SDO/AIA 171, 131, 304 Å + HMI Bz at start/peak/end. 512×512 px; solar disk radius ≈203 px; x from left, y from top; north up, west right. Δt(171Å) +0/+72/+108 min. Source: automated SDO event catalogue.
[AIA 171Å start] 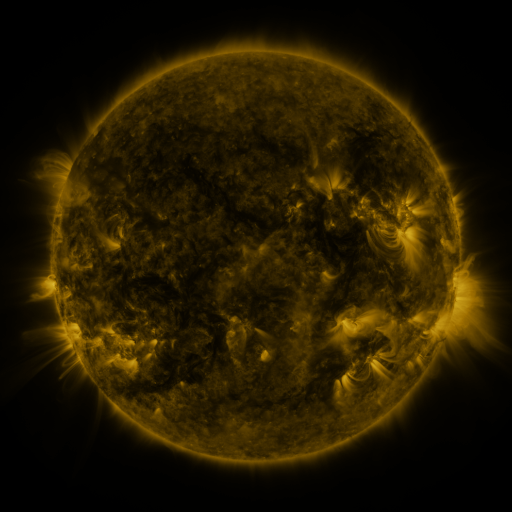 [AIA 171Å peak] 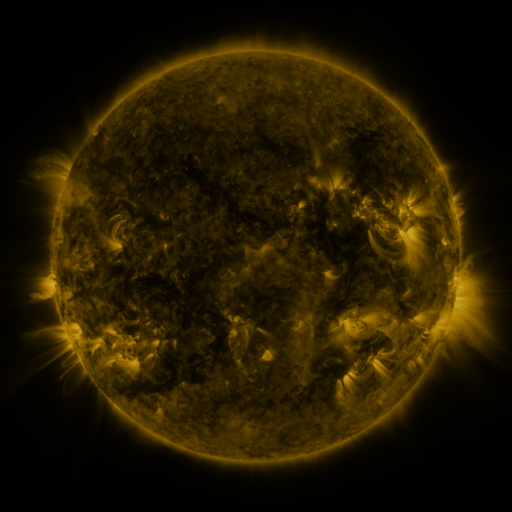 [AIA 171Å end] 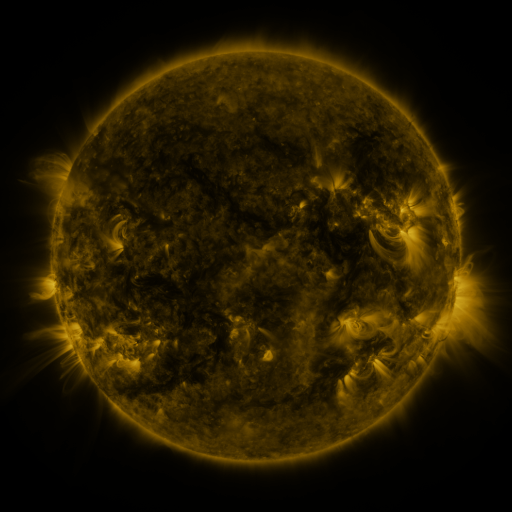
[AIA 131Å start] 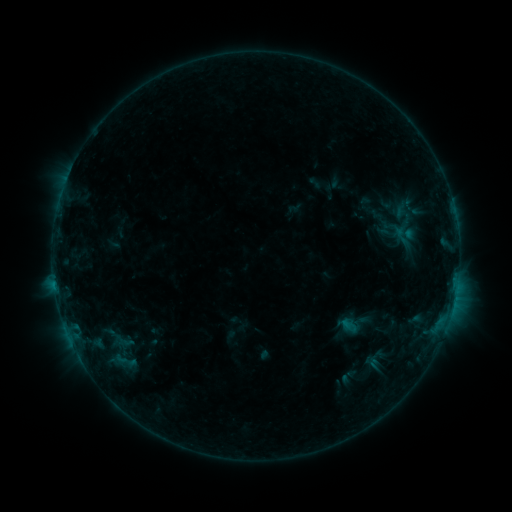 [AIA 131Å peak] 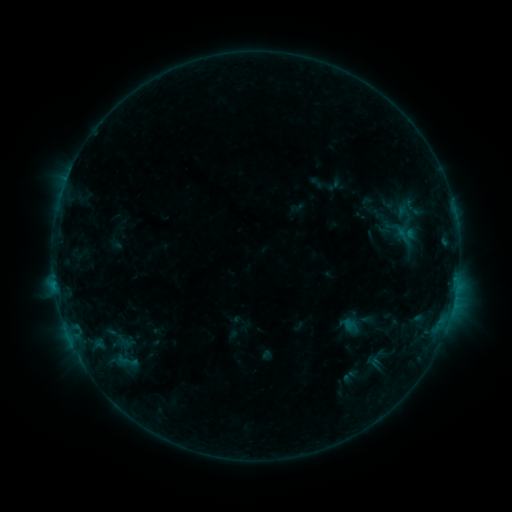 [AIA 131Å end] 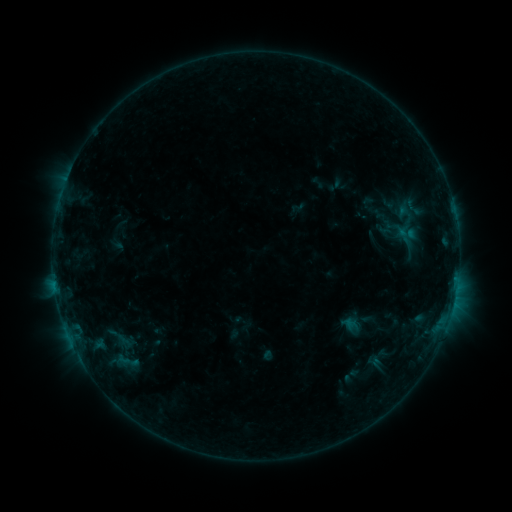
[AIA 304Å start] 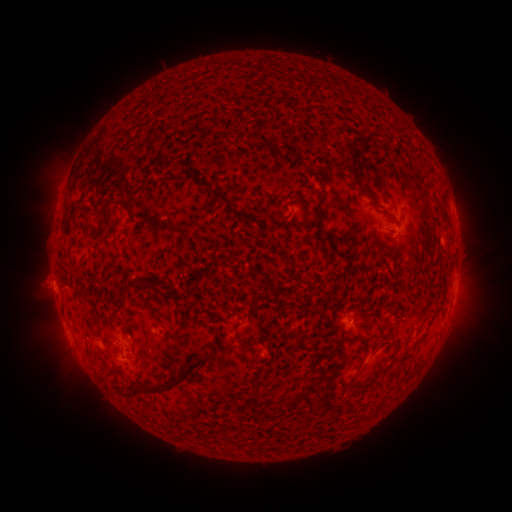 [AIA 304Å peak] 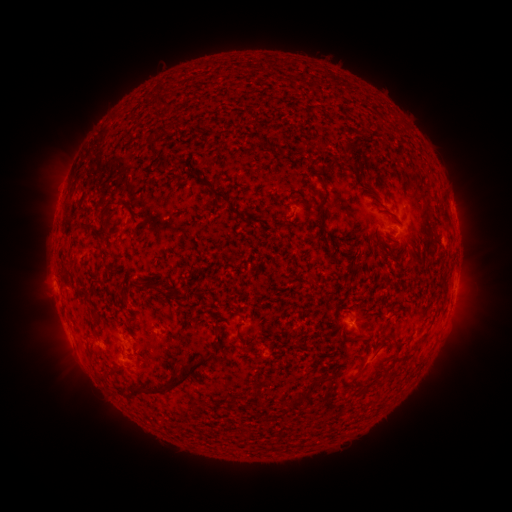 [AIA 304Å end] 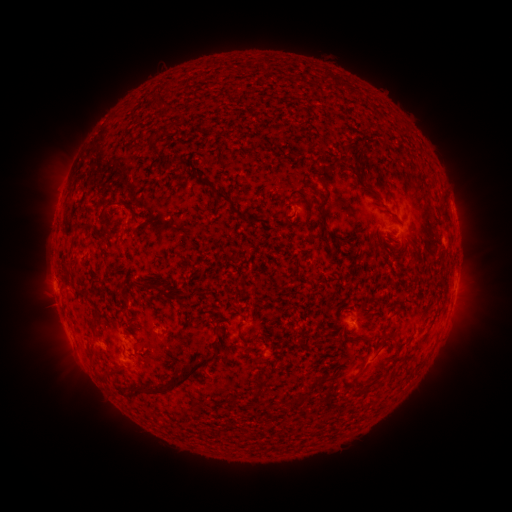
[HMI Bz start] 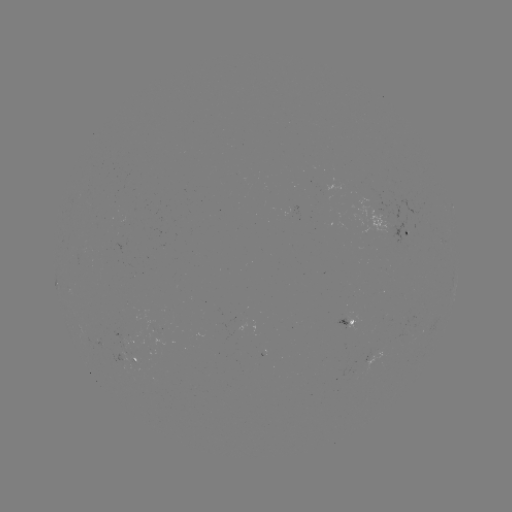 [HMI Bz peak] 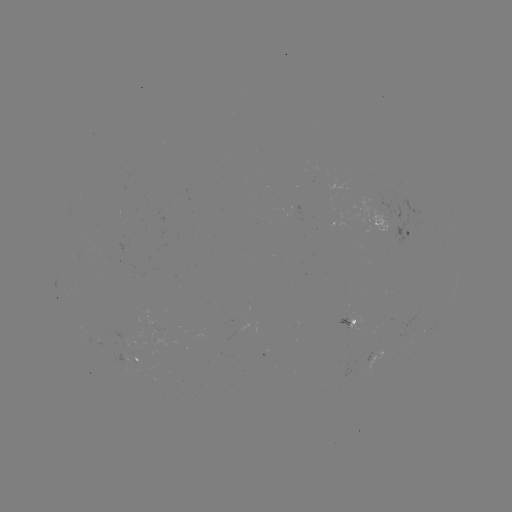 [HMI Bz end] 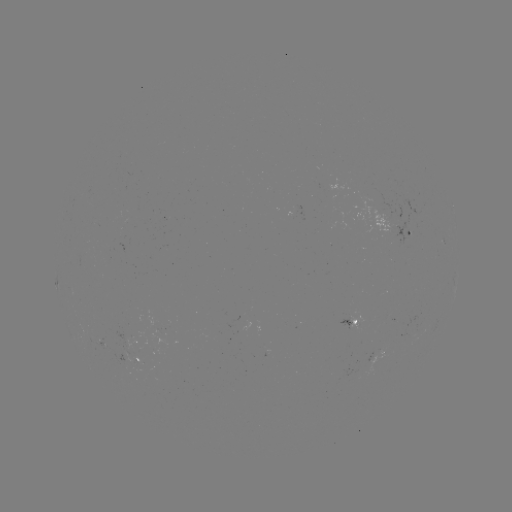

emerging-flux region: <bbox>111, 331, 149, 351</bbox>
